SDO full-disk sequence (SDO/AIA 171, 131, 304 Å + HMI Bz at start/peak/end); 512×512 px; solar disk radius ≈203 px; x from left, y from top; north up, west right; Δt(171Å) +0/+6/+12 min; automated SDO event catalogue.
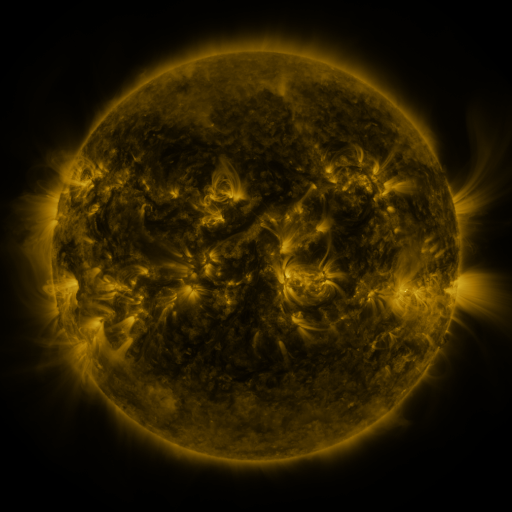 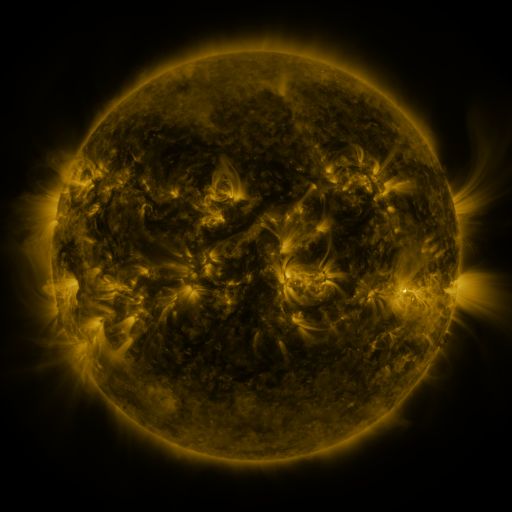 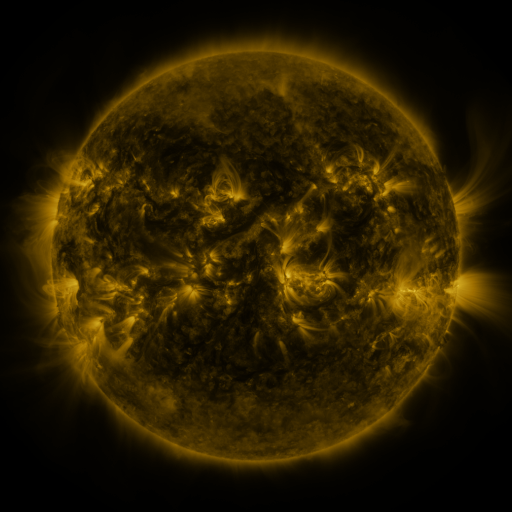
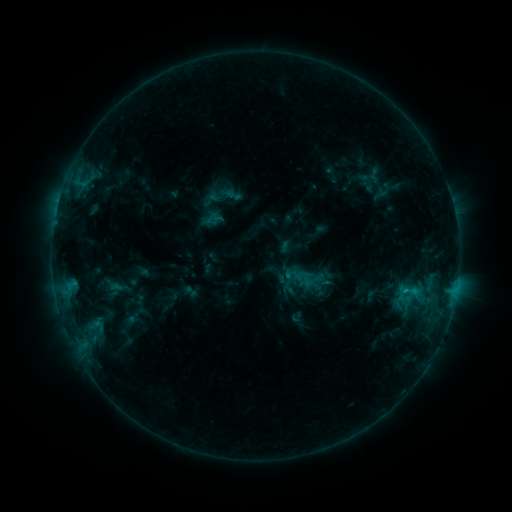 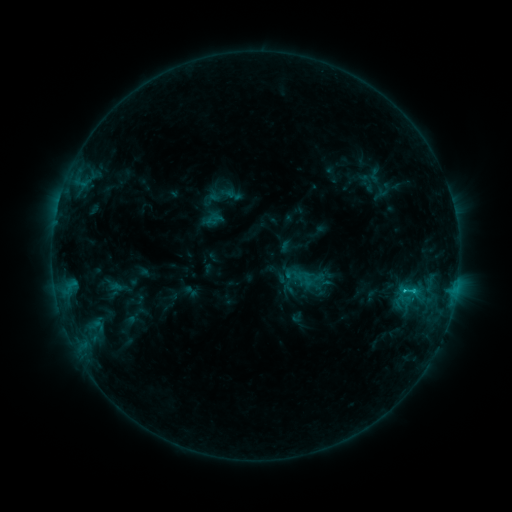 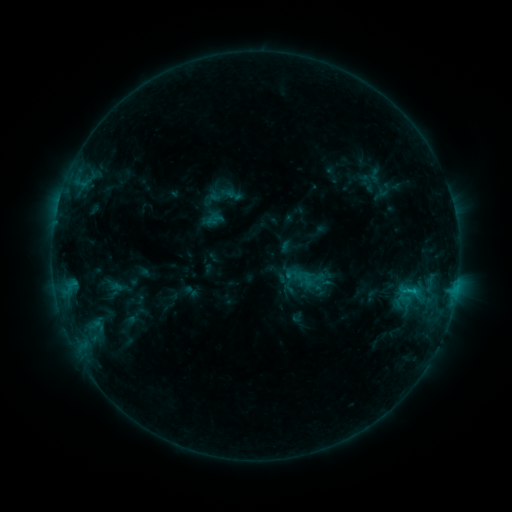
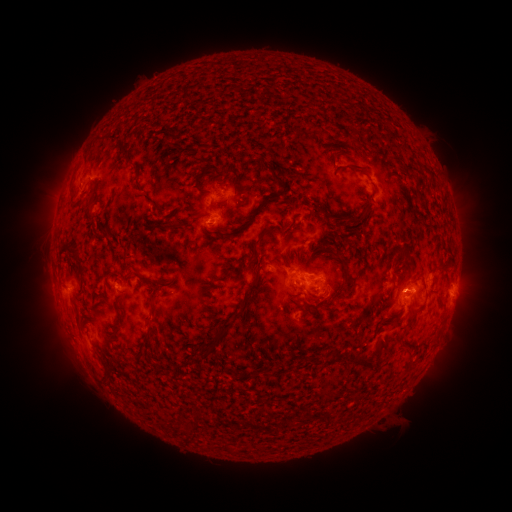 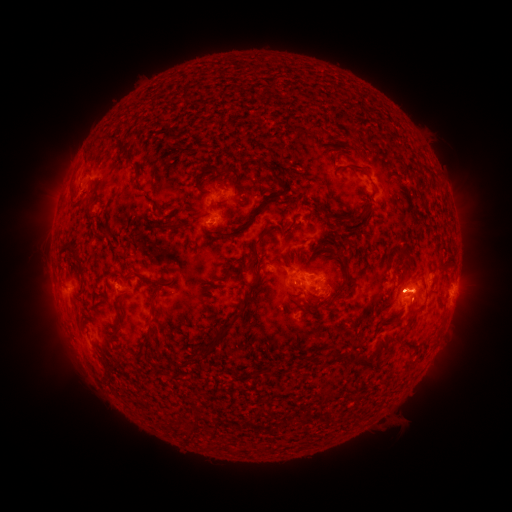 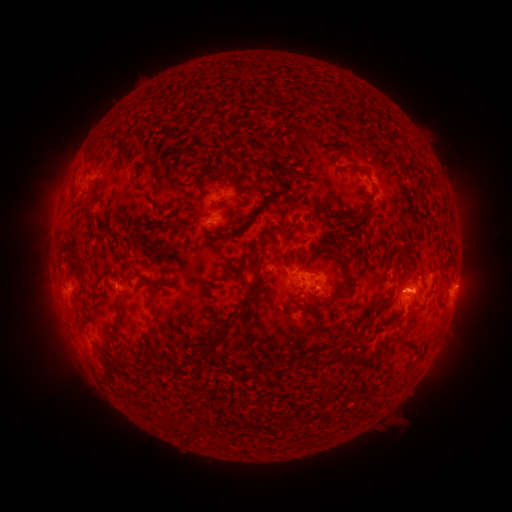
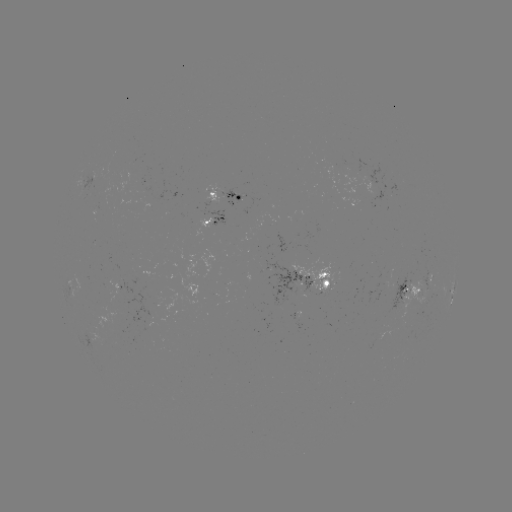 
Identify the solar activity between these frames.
C1.2 flare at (405, 289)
